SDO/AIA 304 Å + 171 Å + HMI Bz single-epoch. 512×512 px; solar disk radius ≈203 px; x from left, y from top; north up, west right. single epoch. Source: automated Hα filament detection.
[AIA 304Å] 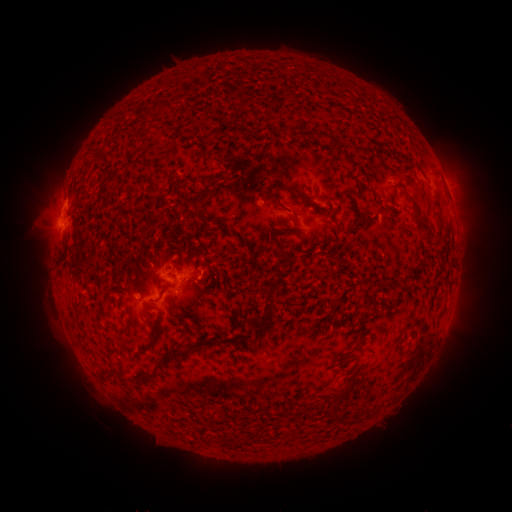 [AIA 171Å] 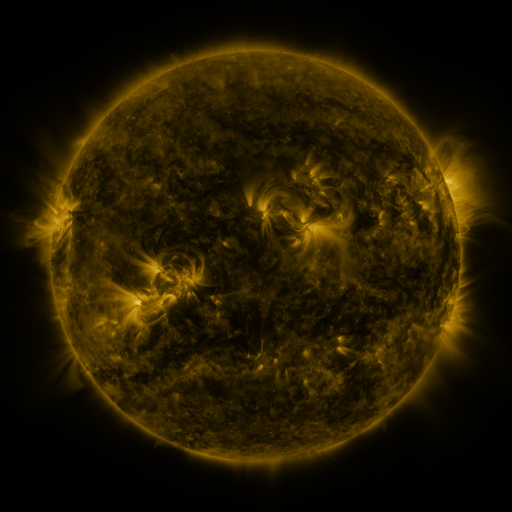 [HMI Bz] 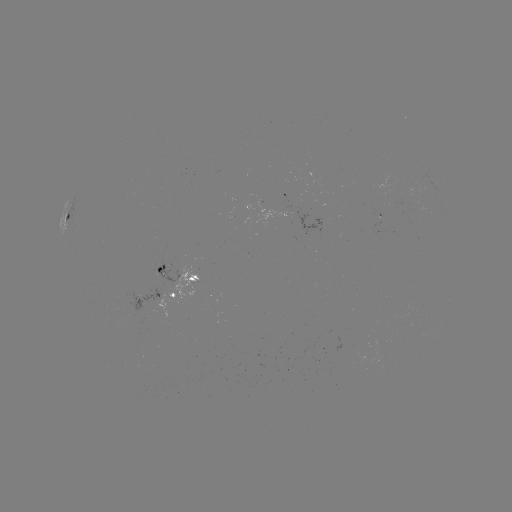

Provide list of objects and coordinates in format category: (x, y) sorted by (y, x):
filament: (283, 131)
filament: (322, 137)
filament: (175, 184)
filament: (292, 189)
filament: (206, 191)
filament: (406, 195)
filament: (273, 198)
filament: (319, 210)
filament: (160, 220)
filament: (212, 278)
filament: (192, 279)
filament: (162, 290)
filament: (269, 292)
filament: (123, 330)
filament: (196, 345)
filament: (398, 353)
filament: (123, 375)
filament: (142, 377)
filament: (336, 402)
